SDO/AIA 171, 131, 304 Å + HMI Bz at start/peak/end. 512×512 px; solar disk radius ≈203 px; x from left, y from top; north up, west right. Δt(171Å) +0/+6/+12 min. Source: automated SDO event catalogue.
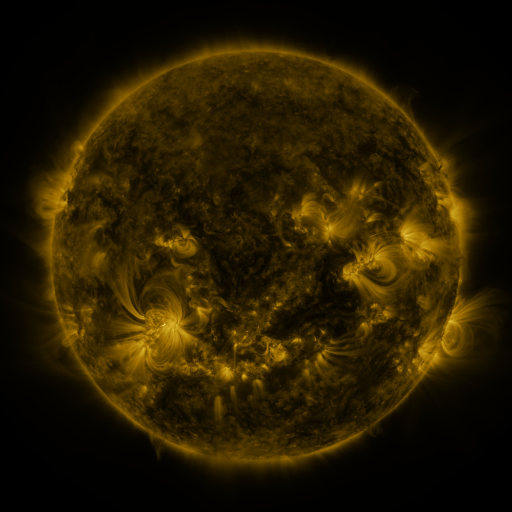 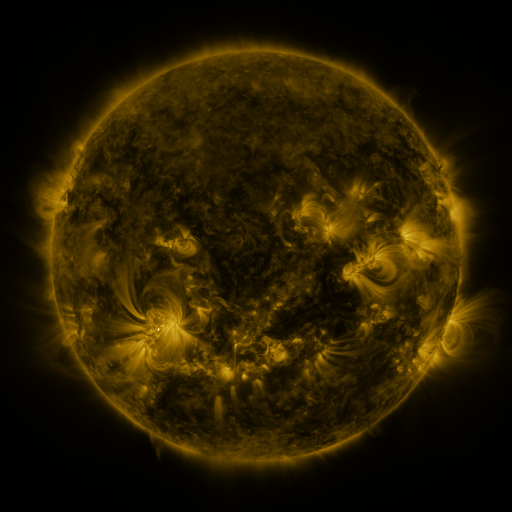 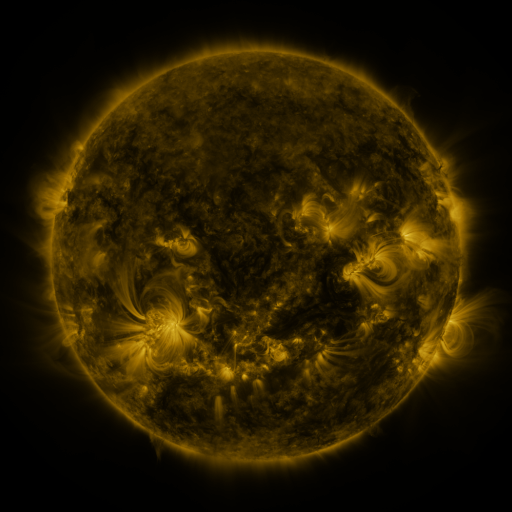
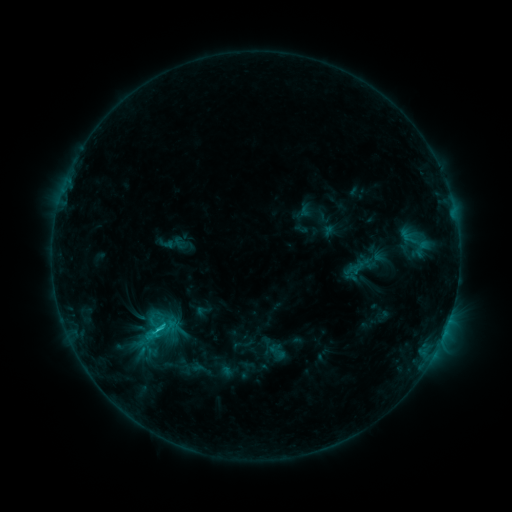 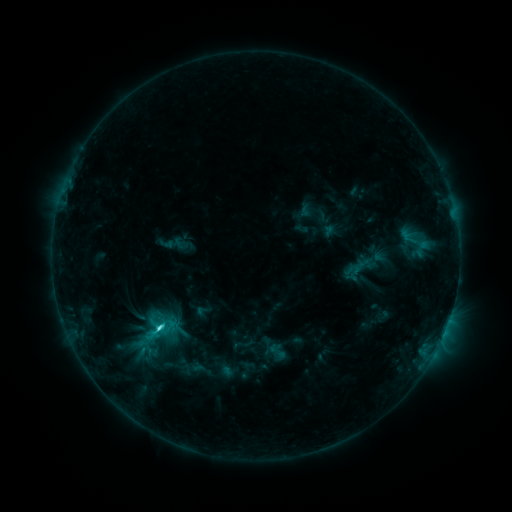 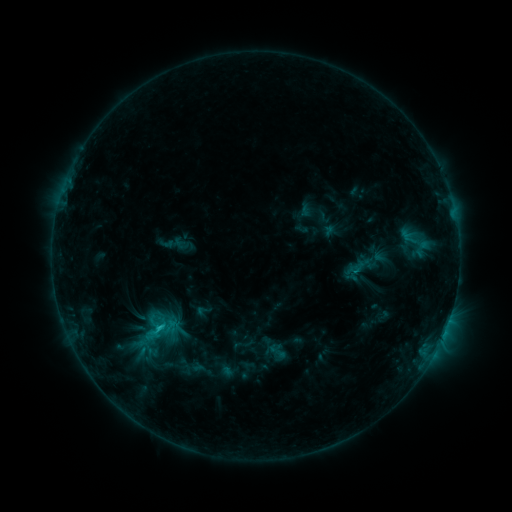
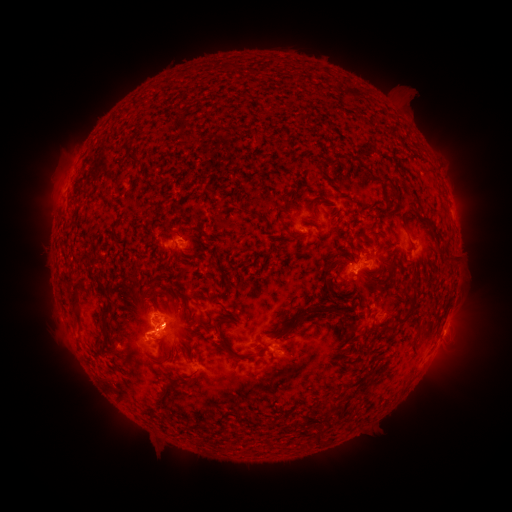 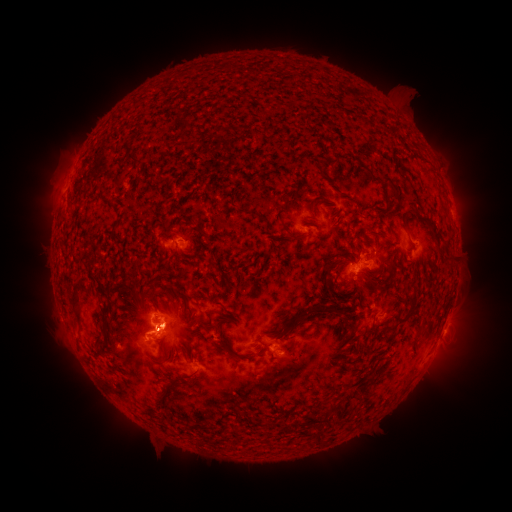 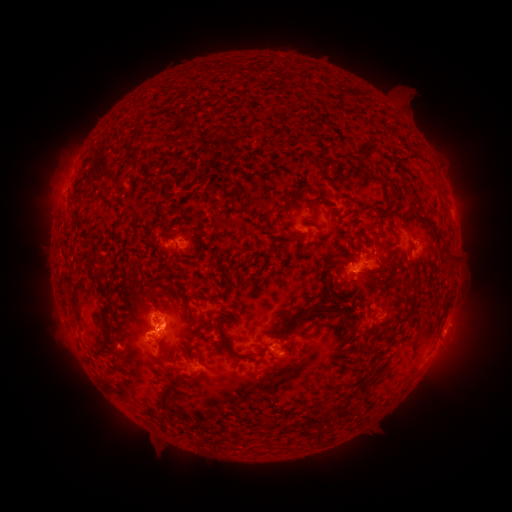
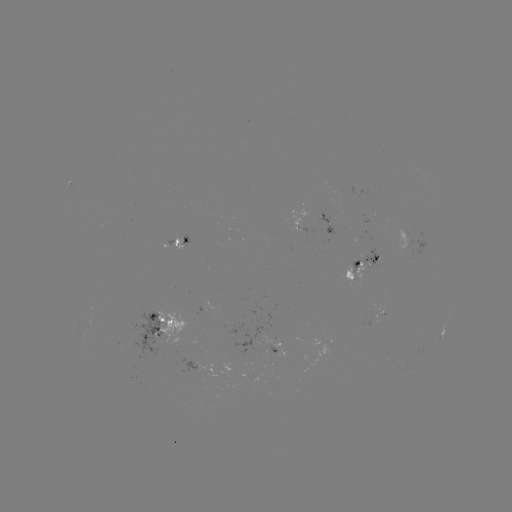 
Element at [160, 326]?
C2.3 flare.